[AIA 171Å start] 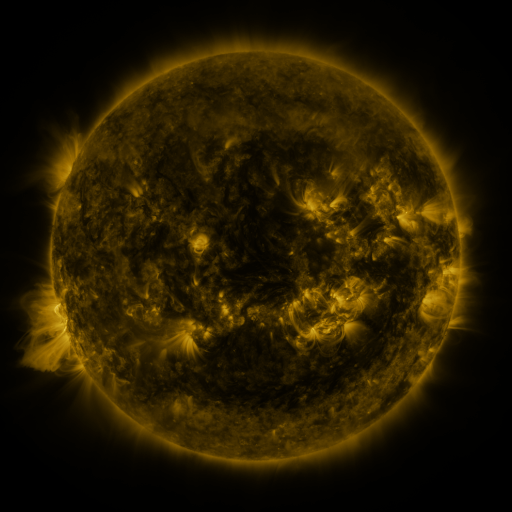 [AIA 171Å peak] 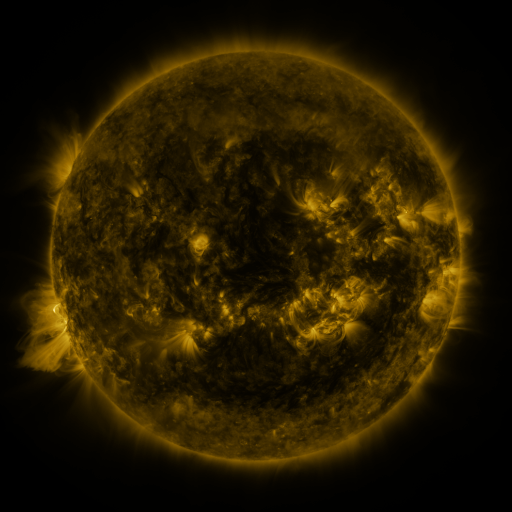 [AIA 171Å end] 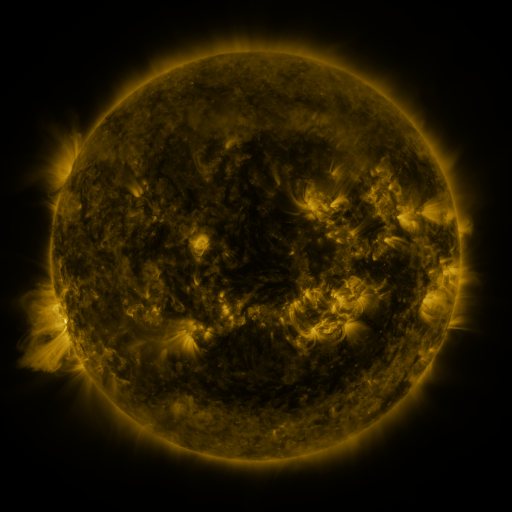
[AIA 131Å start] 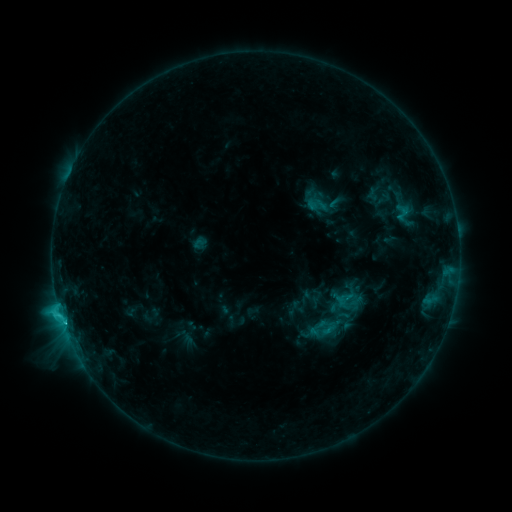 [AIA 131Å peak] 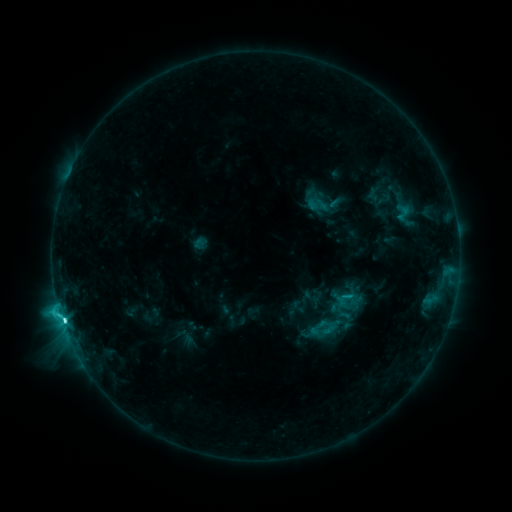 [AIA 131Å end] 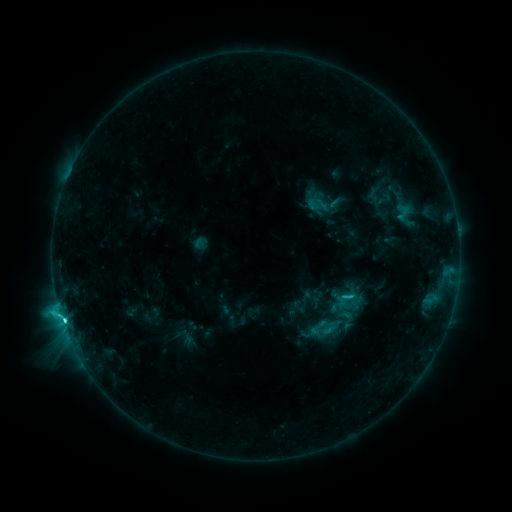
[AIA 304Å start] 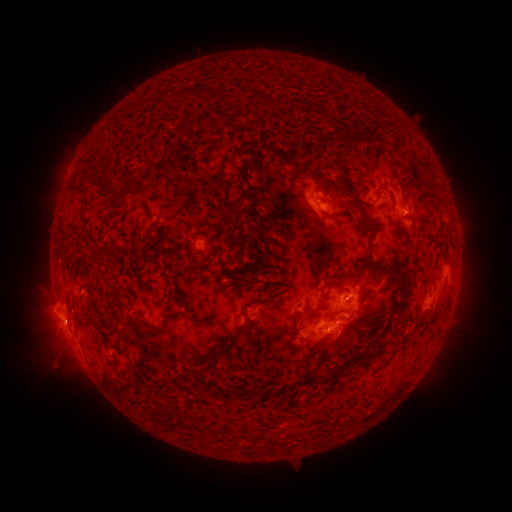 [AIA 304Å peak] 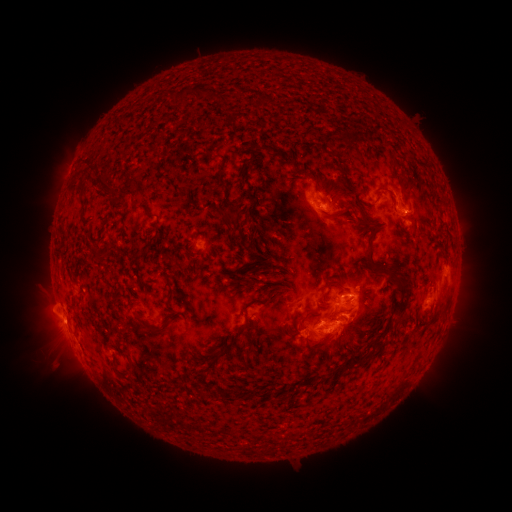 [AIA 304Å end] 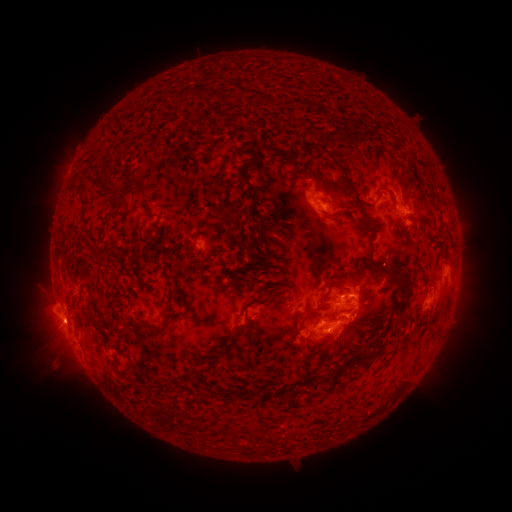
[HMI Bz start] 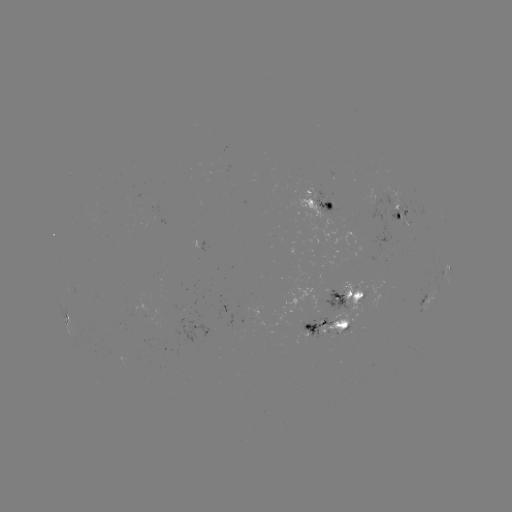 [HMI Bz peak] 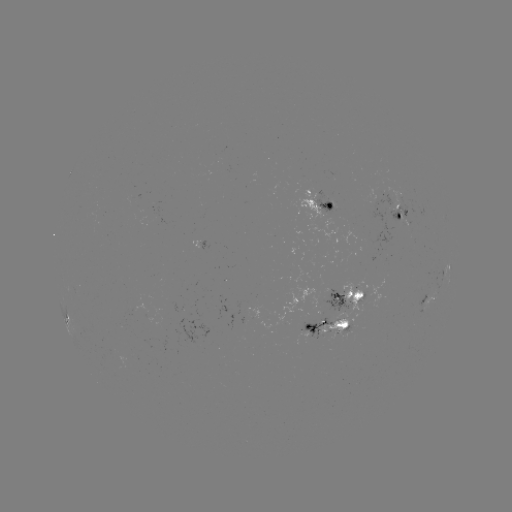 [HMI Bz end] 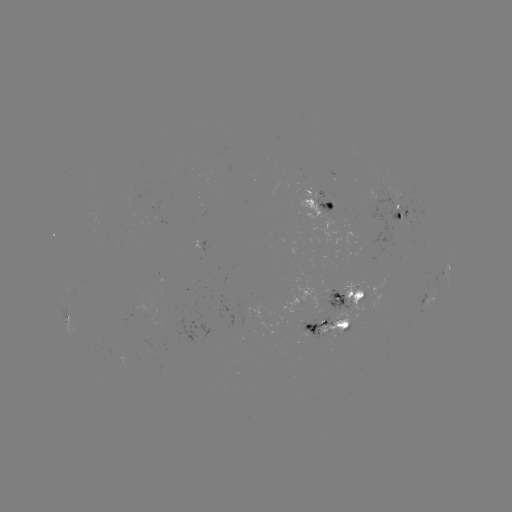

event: flare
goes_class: C5.0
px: (64, 319)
